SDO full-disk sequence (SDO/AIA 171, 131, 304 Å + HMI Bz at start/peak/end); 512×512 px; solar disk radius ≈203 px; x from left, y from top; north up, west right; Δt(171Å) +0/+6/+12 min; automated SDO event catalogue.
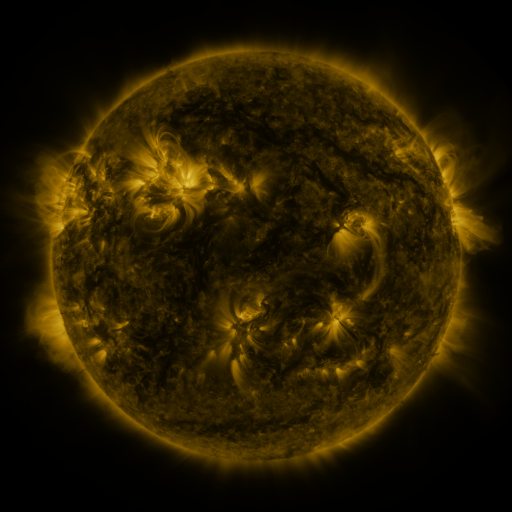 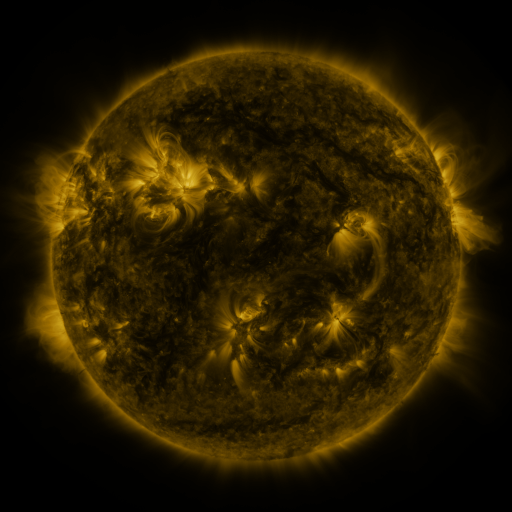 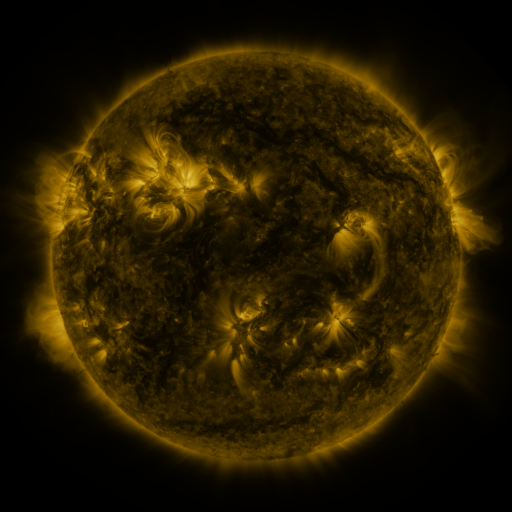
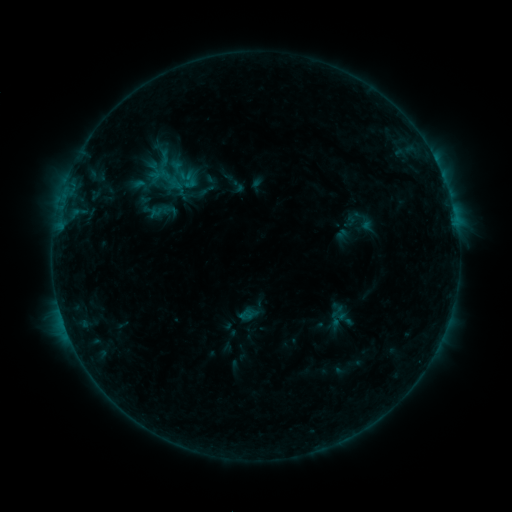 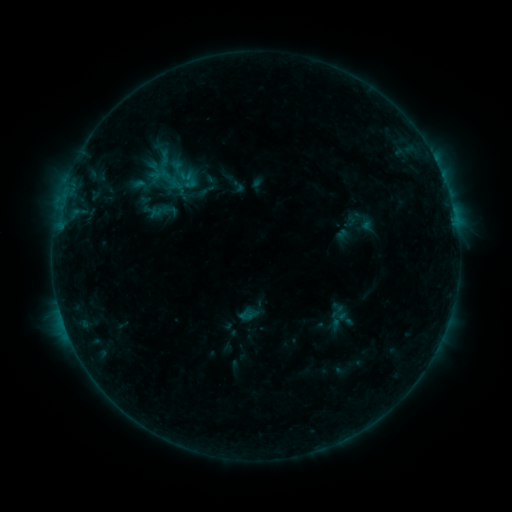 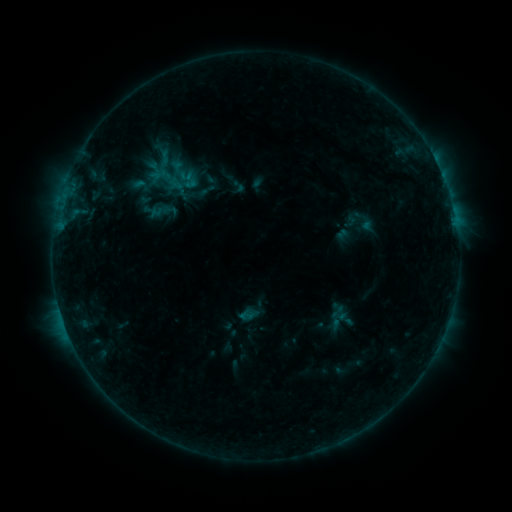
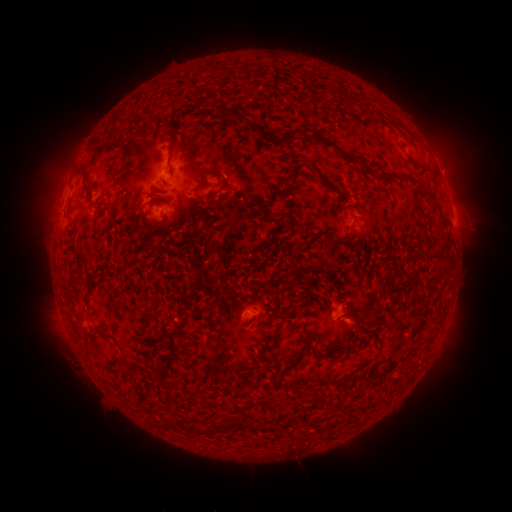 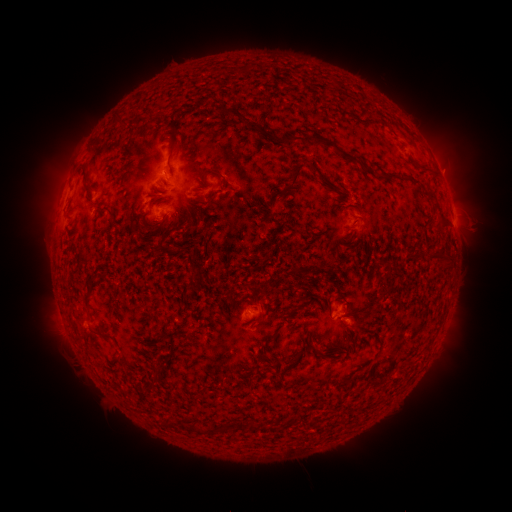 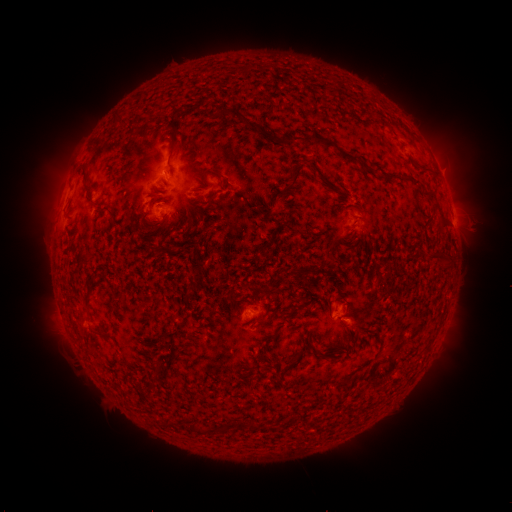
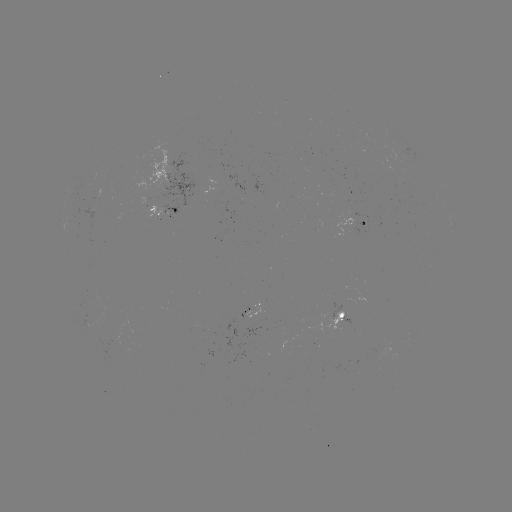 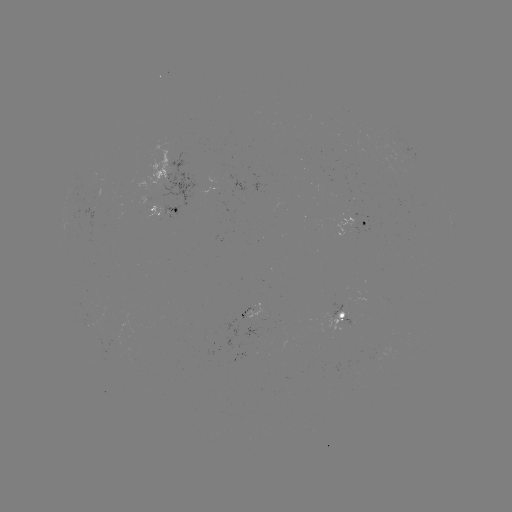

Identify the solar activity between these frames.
no catalogued flare and no flagged EUV brightening in this window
